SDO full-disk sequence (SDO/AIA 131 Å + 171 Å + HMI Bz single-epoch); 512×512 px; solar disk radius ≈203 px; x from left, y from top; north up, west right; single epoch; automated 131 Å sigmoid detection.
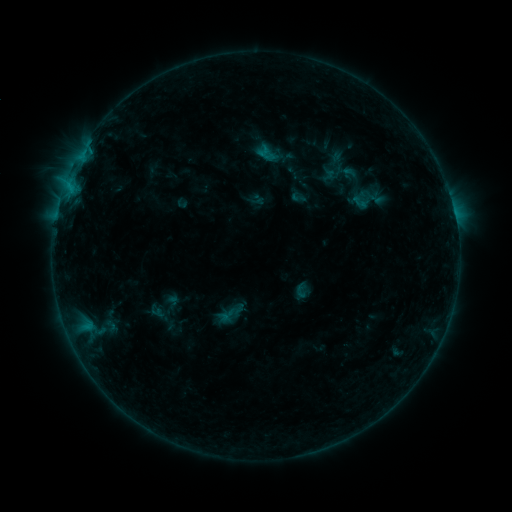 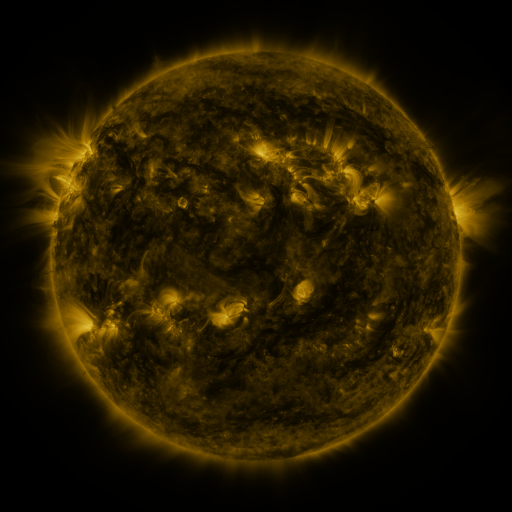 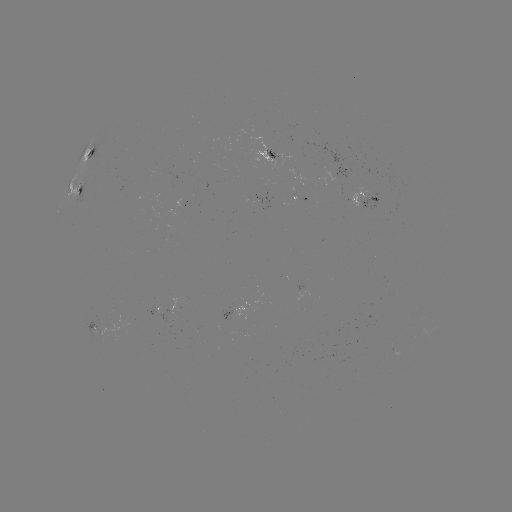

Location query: sigmoid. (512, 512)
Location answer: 298,197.